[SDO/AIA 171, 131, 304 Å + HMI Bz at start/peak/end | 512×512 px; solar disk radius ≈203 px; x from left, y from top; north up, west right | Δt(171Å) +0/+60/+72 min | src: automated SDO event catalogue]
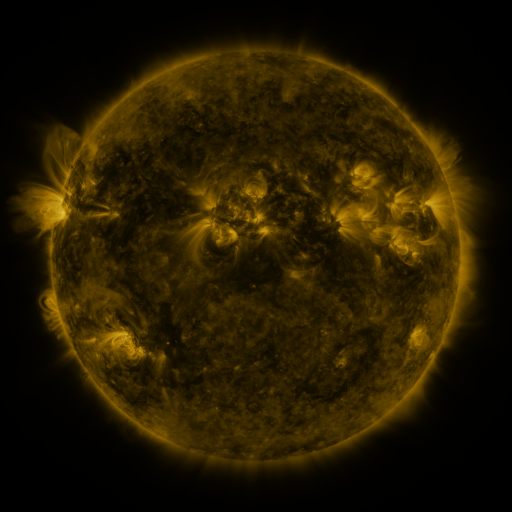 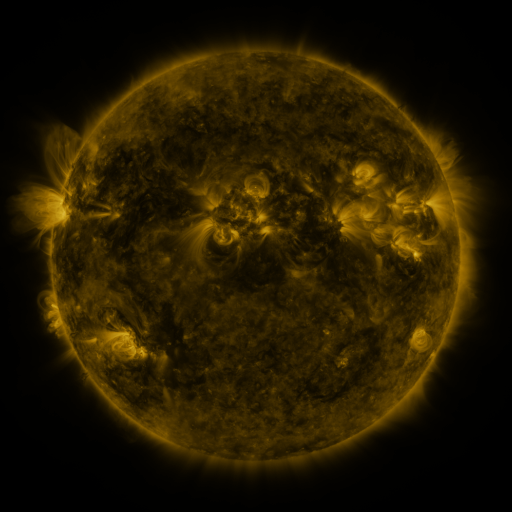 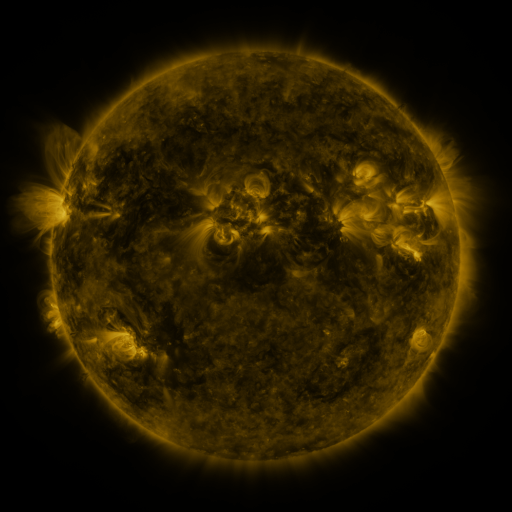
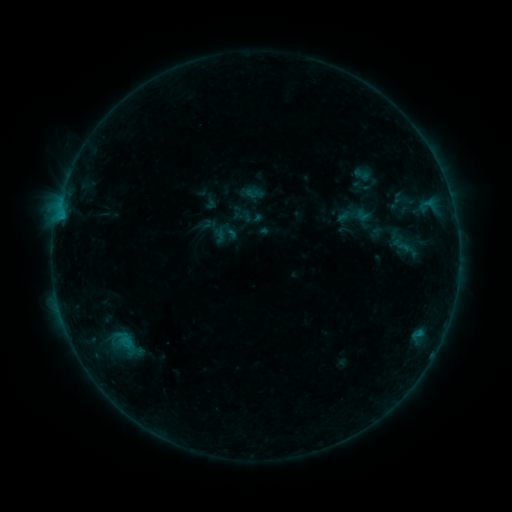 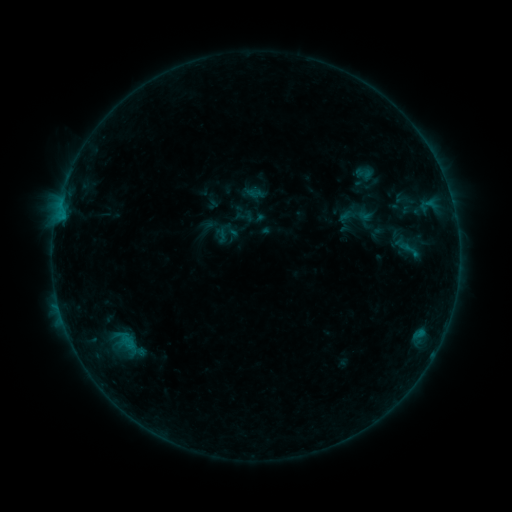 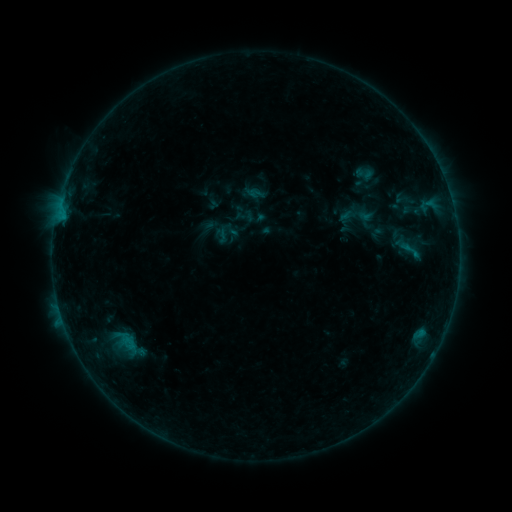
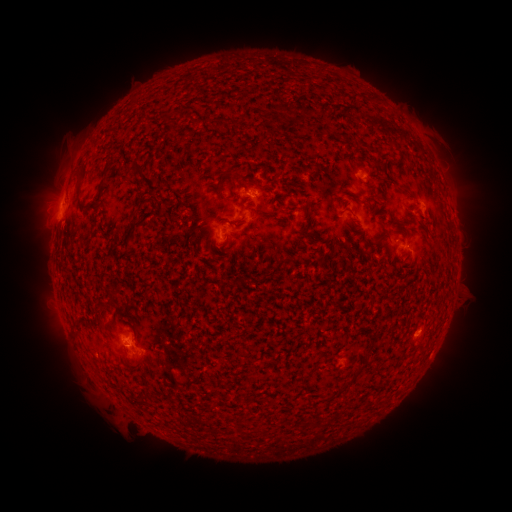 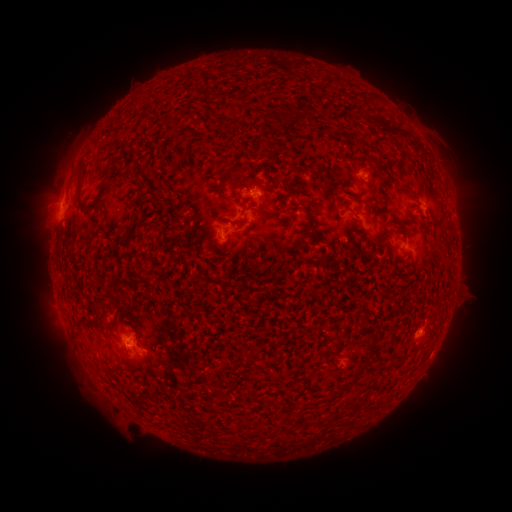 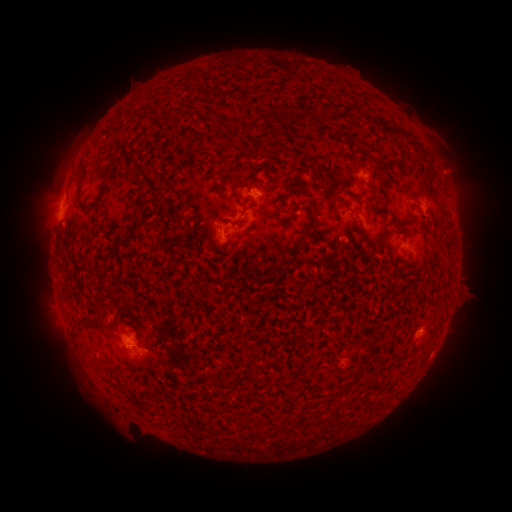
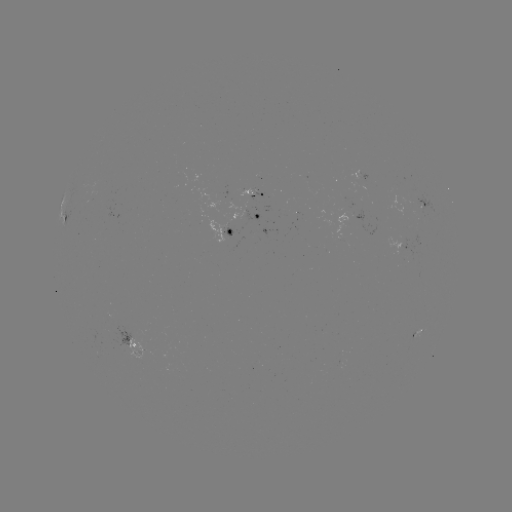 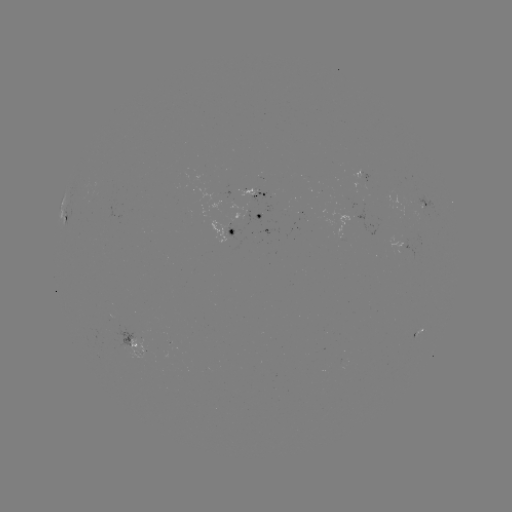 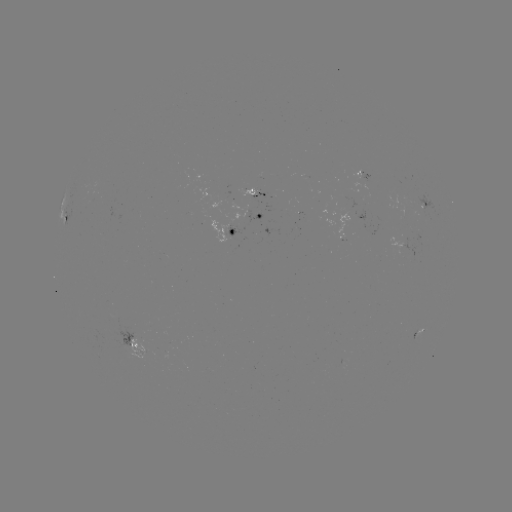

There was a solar emerging-flux region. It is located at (231, 229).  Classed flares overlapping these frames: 1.